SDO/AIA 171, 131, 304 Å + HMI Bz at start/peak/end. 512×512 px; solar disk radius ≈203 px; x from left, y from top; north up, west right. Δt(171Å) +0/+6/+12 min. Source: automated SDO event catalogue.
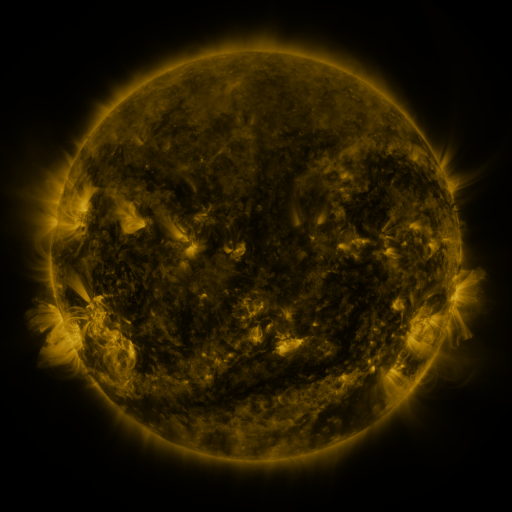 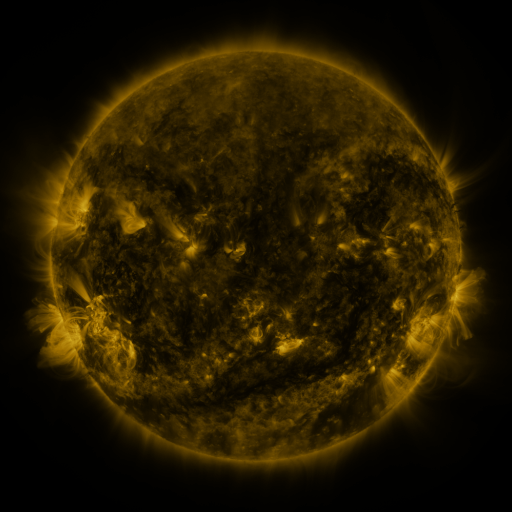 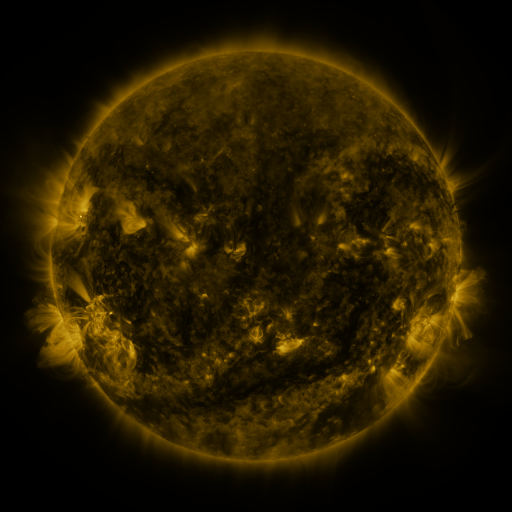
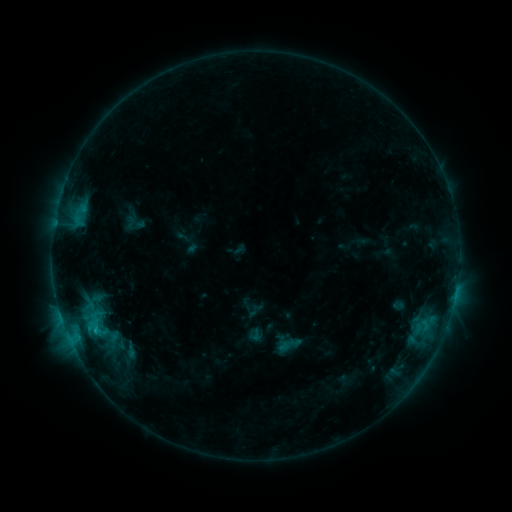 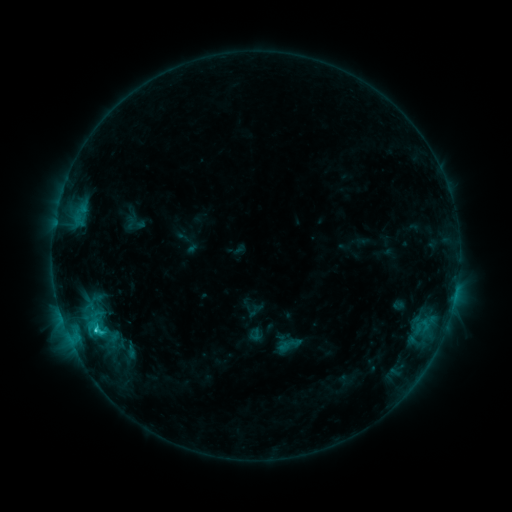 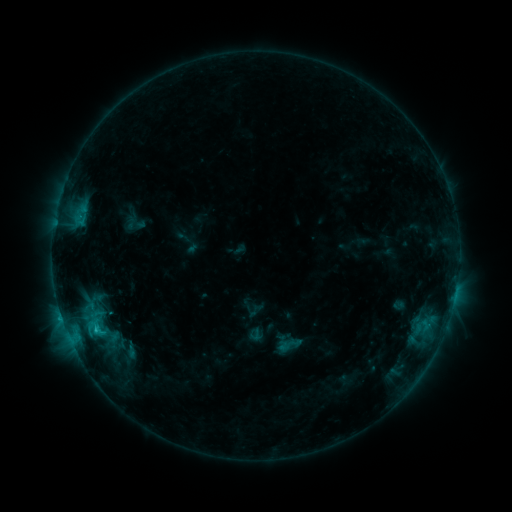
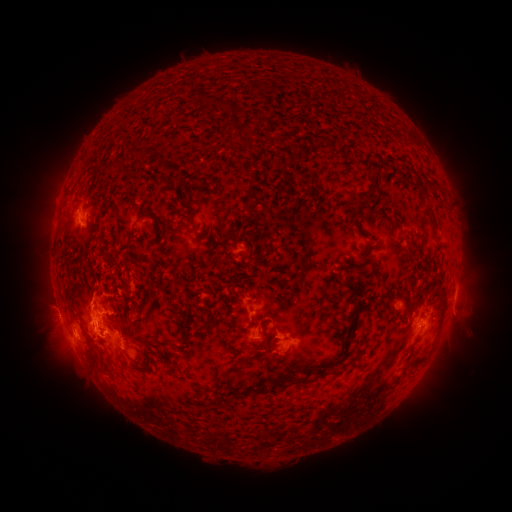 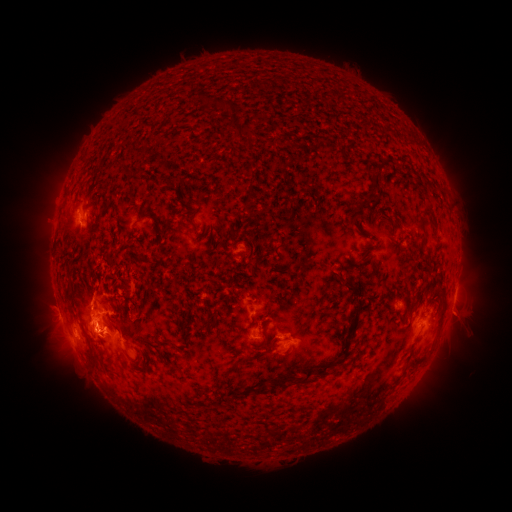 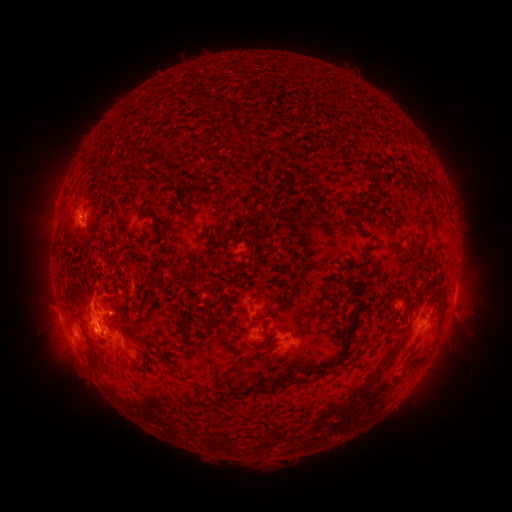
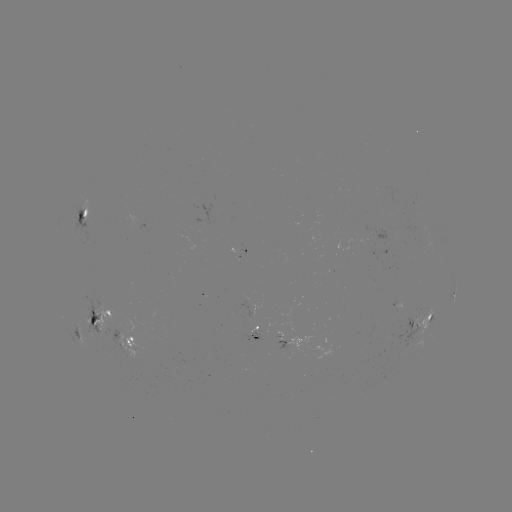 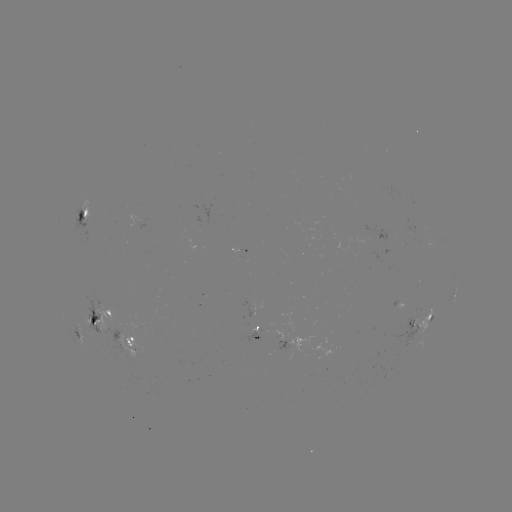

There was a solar flare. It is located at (98, 329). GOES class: C2.5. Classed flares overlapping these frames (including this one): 1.